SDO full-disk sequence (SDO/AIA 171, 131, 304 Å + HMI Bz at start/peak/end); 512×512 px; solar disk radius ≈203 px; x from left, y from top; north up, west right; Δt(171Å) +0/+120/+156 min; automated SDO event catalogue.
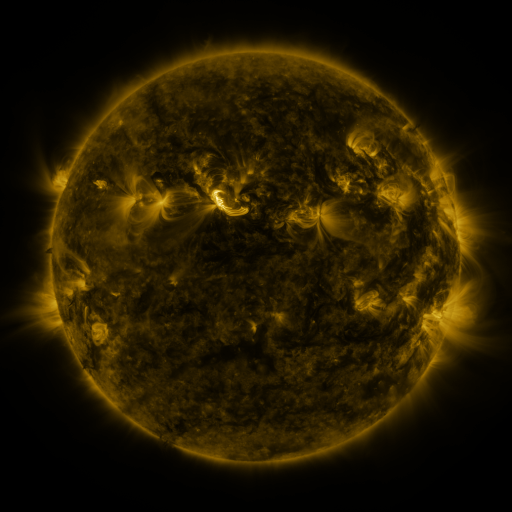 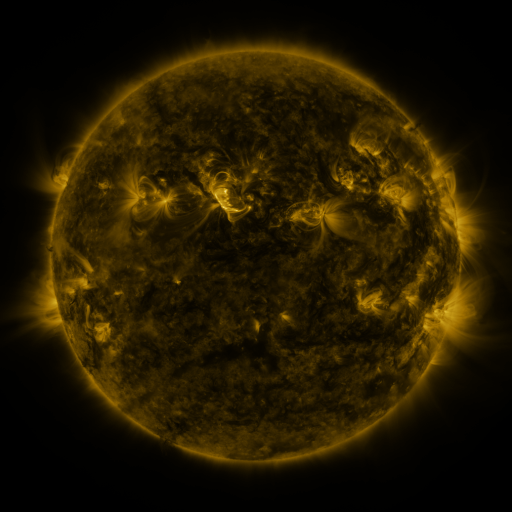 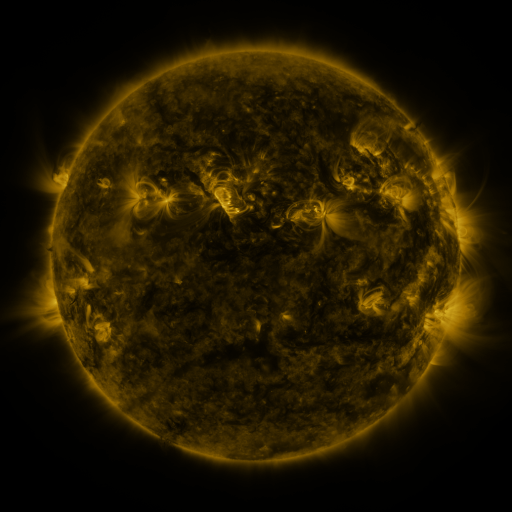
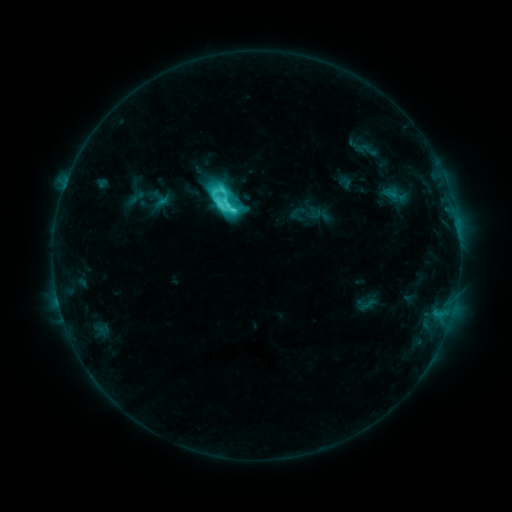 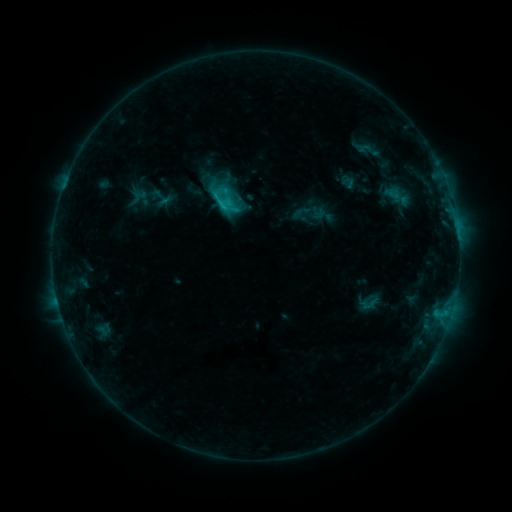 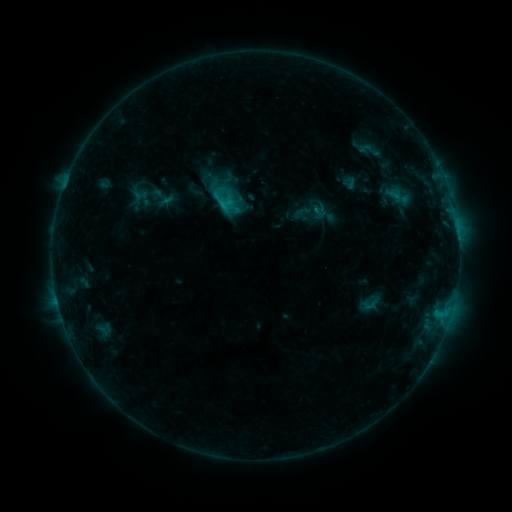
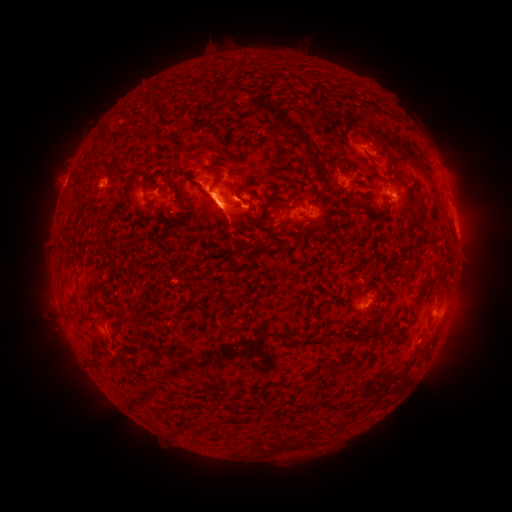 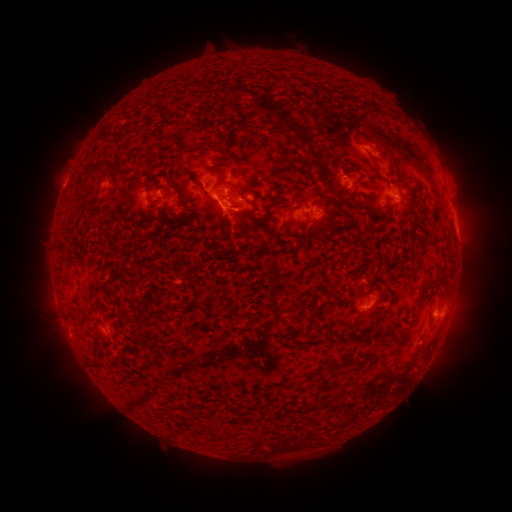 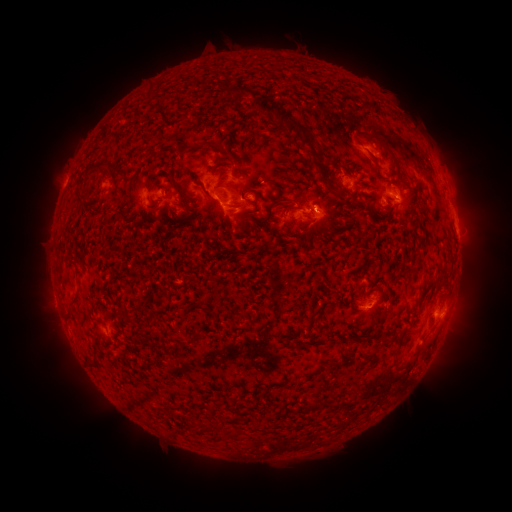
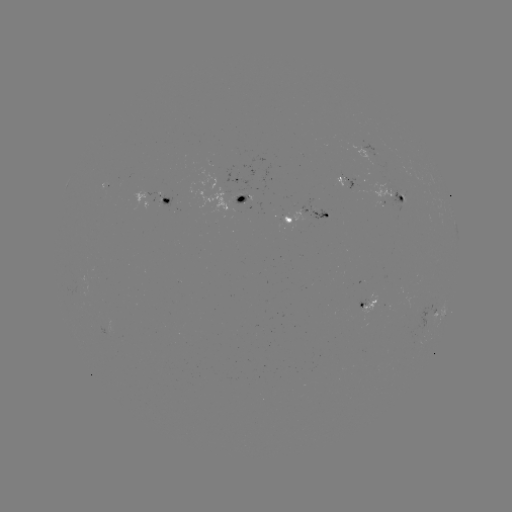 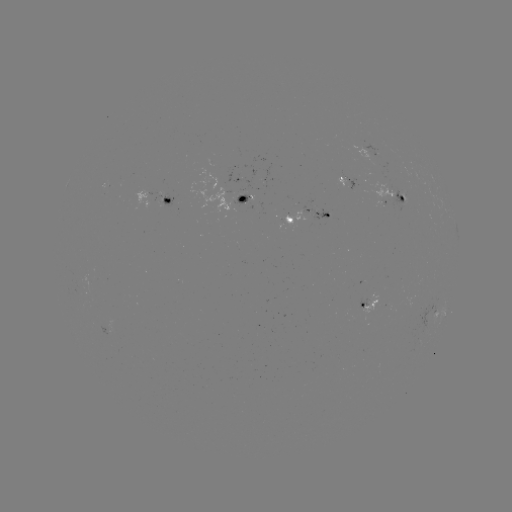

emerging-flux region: <bbox>280, 210, 304, 227</bbox>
